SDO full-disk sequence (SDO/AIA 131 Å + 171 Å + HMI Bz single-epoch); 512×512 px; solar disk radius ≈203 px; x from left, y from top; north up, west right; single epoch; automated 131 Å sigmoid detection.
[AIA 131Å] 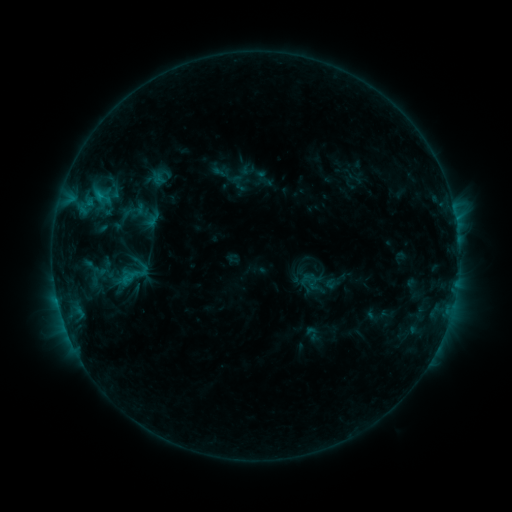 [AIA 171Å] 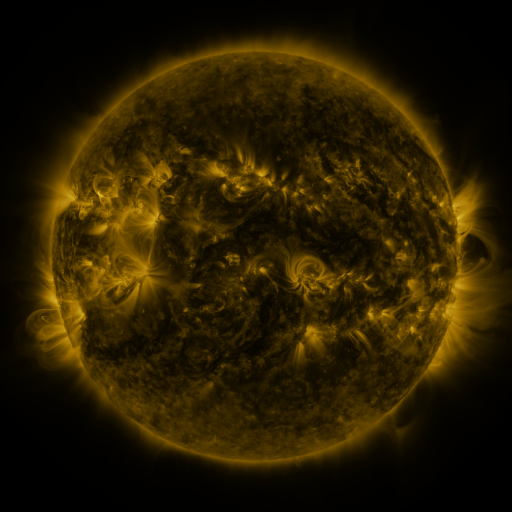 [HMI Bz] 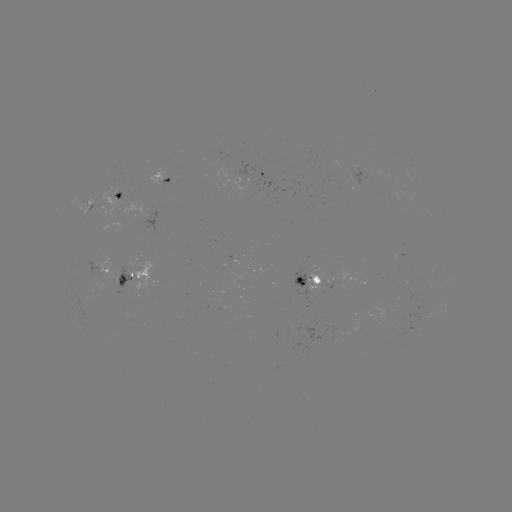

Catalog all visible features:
sigmoid: [122, 197, 148, 223]
sigmoid: [112, 258, 154, 293]
